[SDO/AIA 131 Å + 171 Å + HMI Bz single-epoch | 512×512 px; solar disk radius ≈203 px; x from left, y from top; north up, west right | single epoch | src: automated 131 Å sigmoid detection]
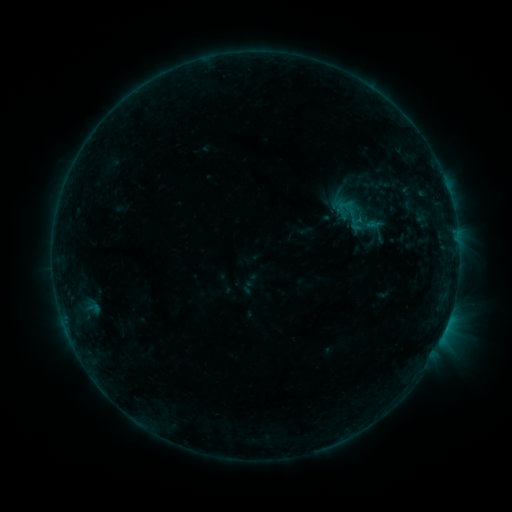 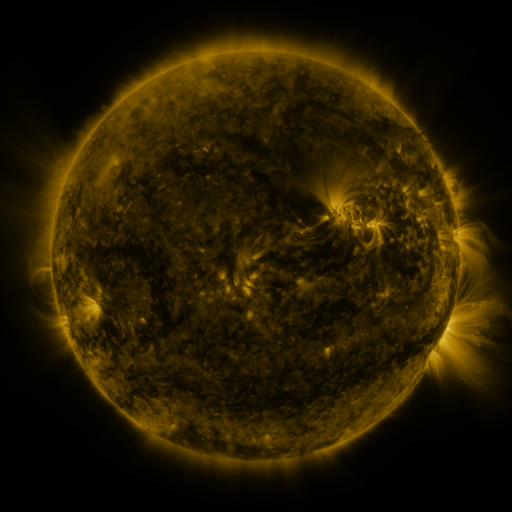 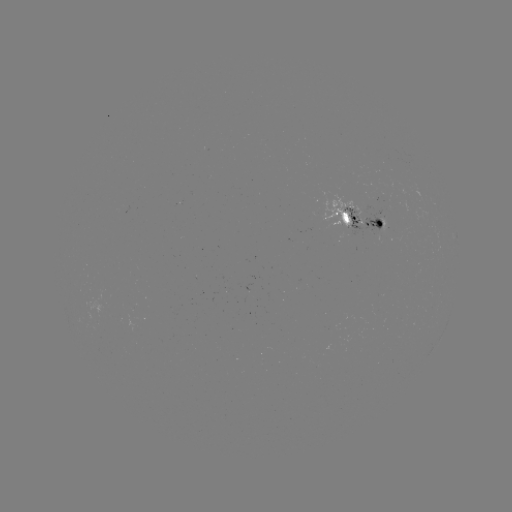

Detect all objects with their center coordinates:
sigmoid: (354, 213)
